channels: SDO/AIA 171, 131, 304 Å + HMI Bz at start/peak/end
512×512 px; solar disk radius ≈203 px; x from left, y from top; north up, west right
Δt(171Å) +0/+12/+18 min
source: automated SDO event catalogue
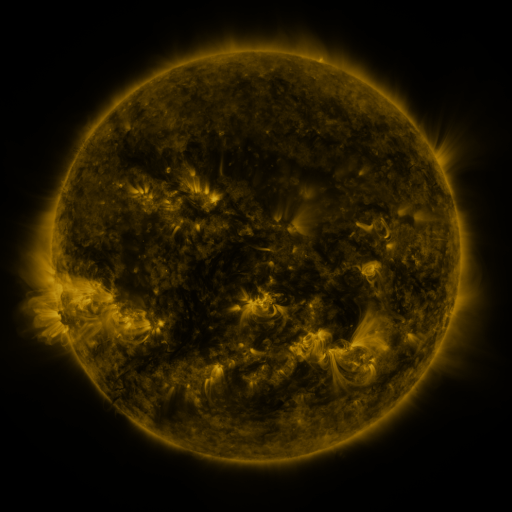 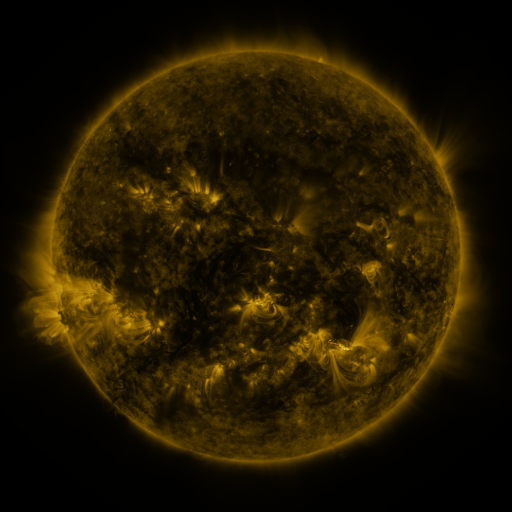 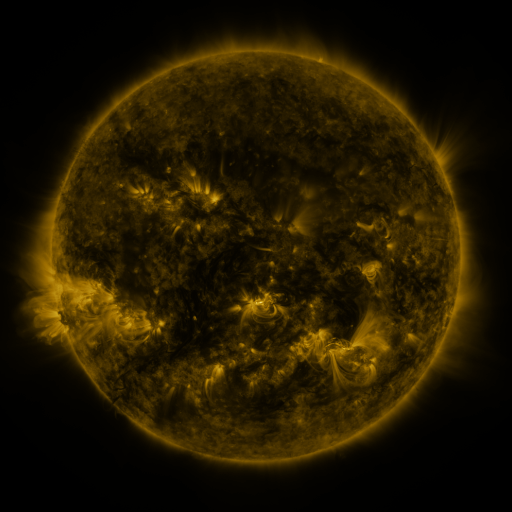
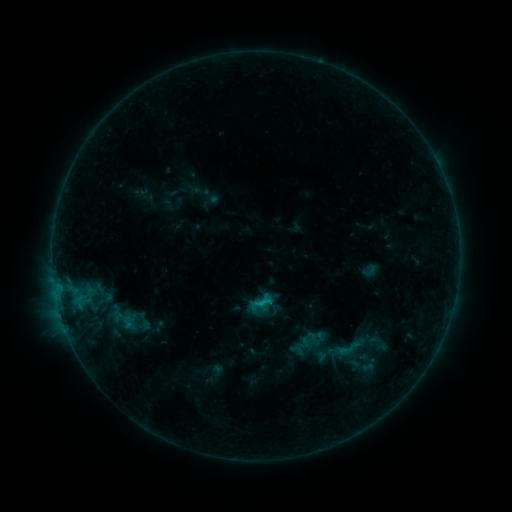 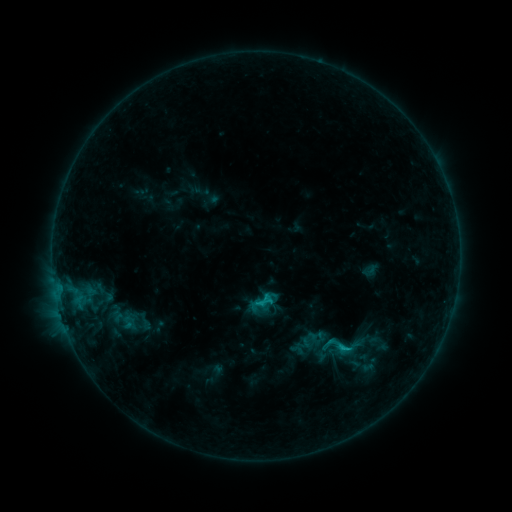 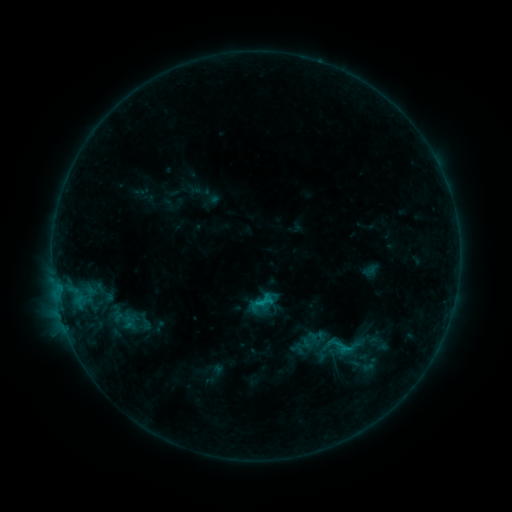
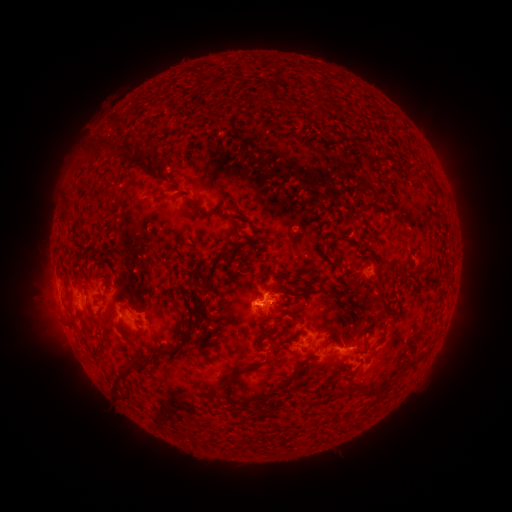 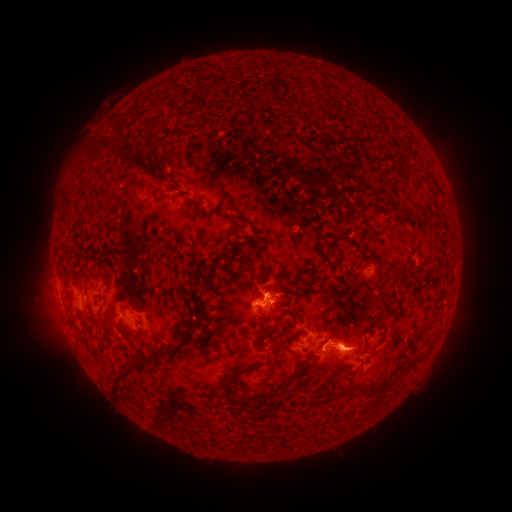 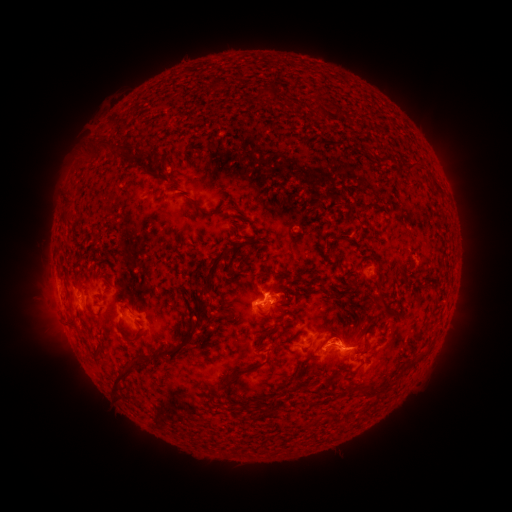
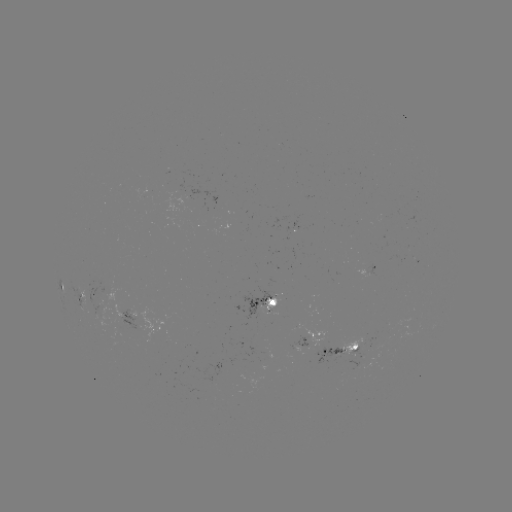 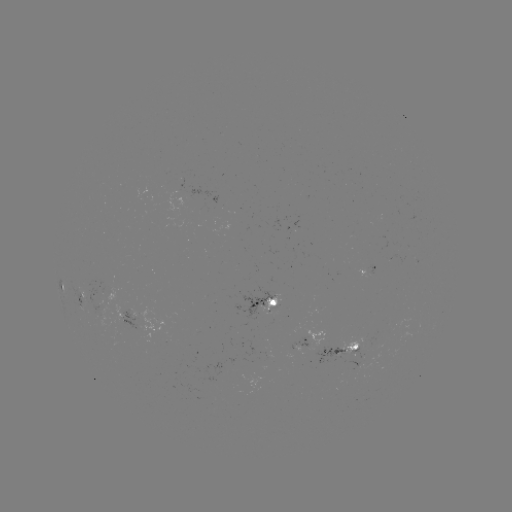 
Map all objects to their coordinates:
C1.2 flare: (342, 348)
